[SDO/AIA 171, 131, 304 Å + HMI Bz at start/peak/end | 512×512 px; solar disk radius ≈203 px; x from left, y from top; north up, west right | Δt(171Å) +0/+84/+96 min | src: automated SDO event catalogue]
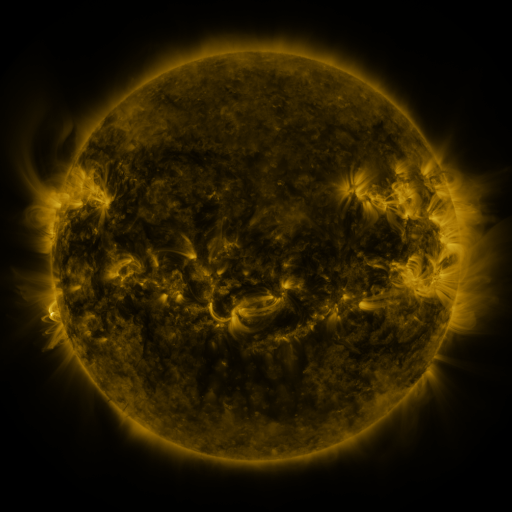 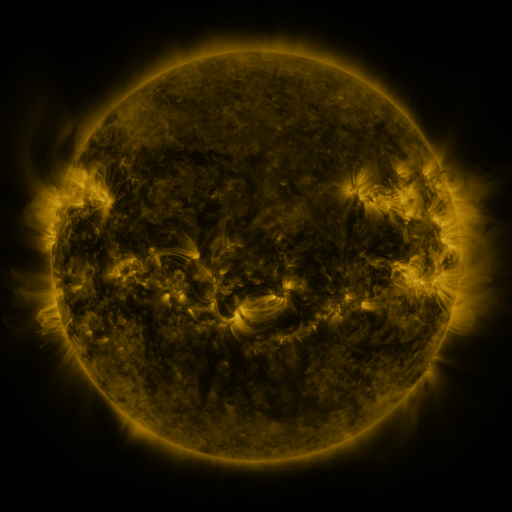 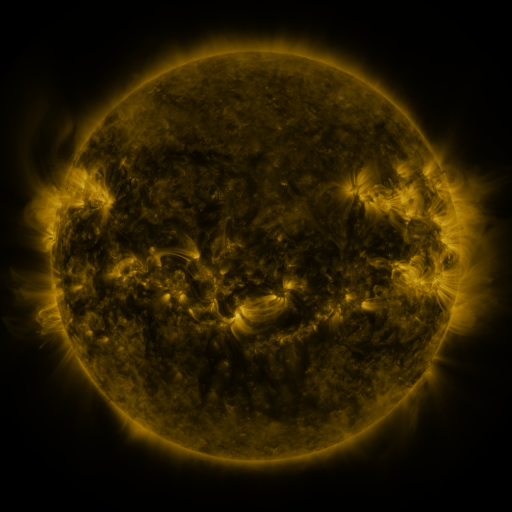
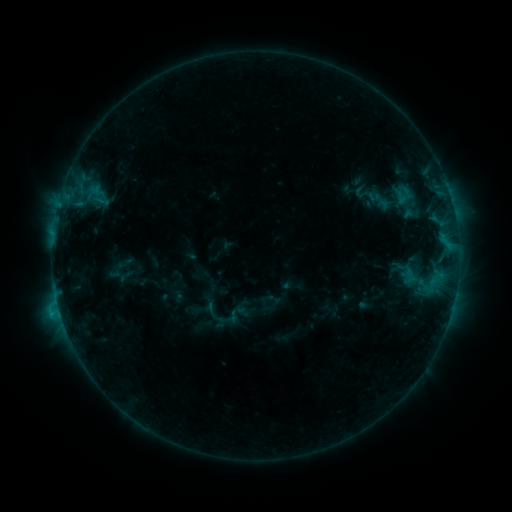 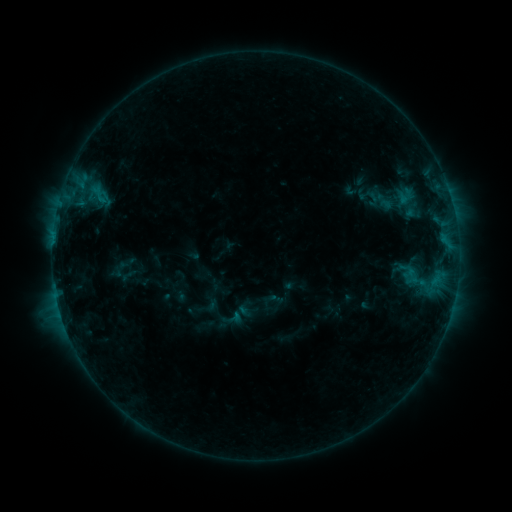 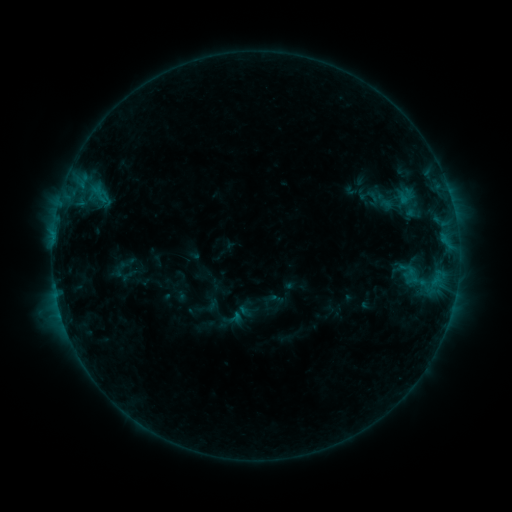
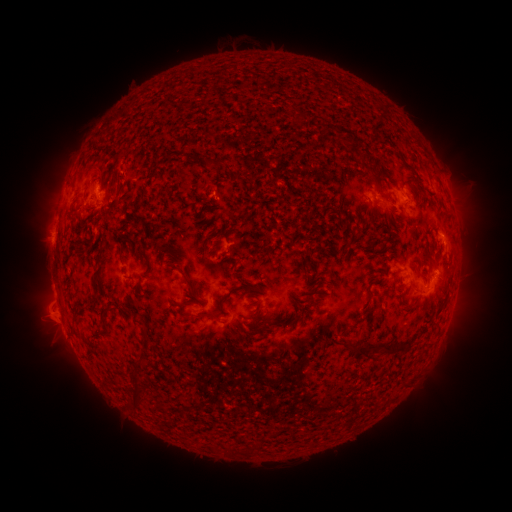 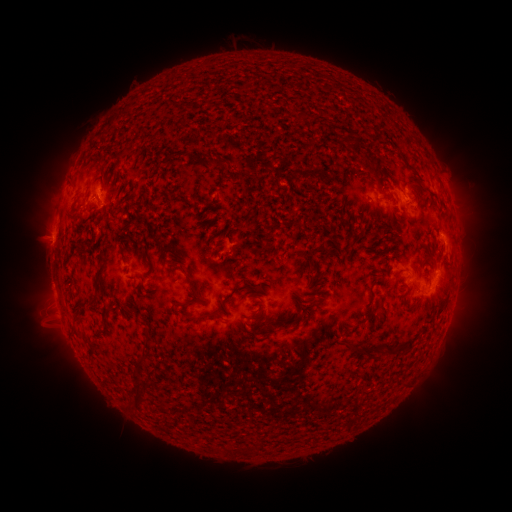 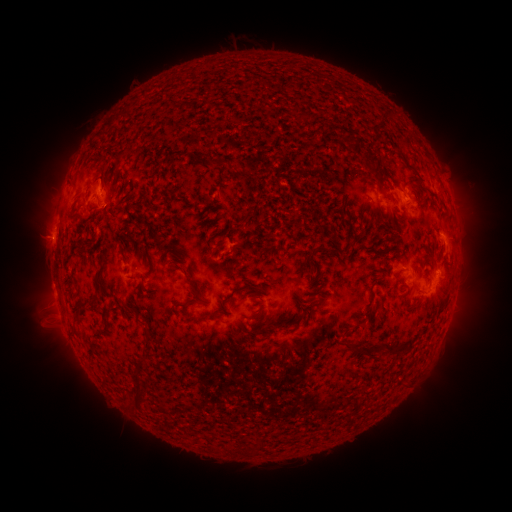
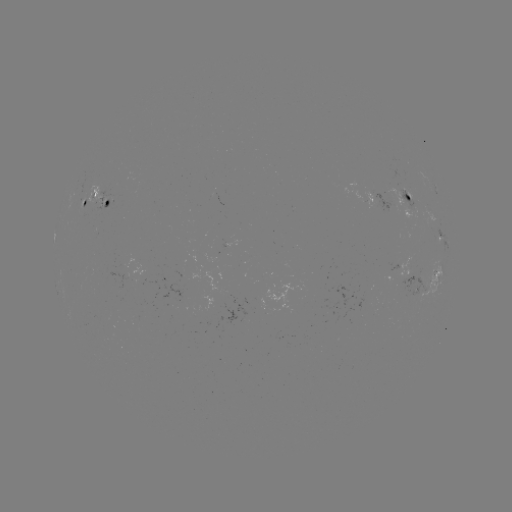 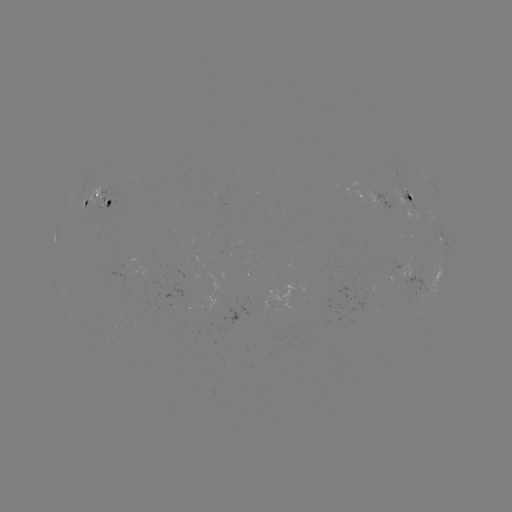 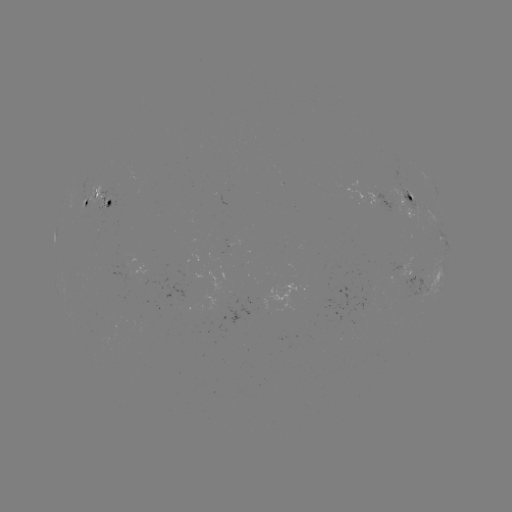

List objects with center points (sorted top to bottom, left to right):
emerging-flux region: (407, 193)
